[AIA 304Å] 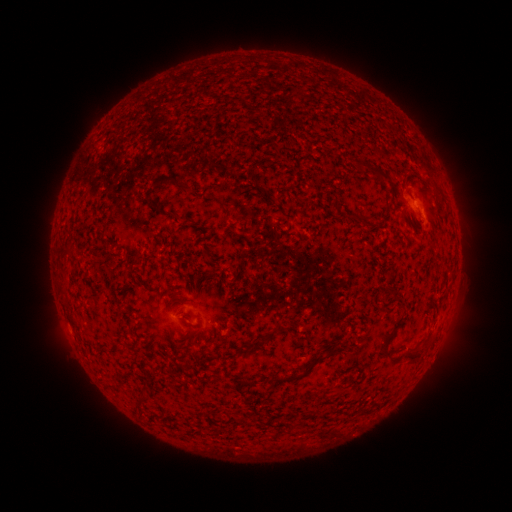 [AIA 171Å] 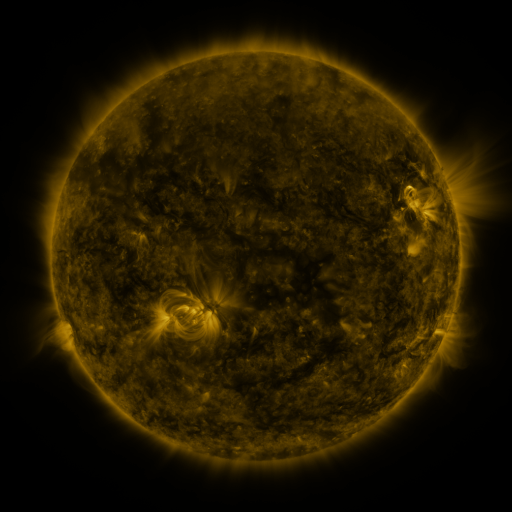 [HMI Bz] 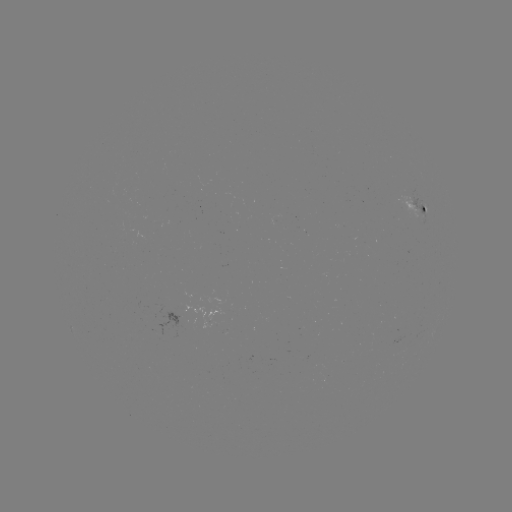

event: spotted active region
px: (420, 205)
